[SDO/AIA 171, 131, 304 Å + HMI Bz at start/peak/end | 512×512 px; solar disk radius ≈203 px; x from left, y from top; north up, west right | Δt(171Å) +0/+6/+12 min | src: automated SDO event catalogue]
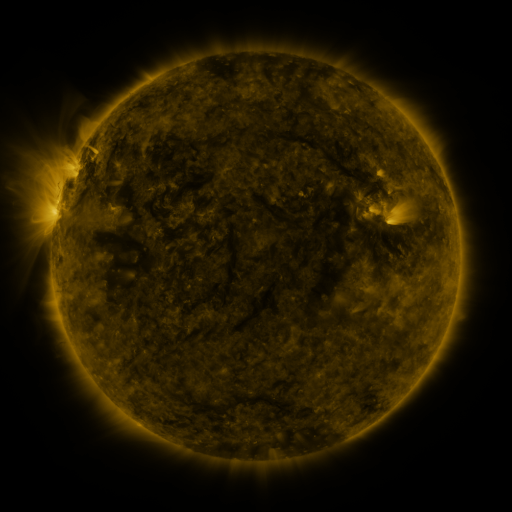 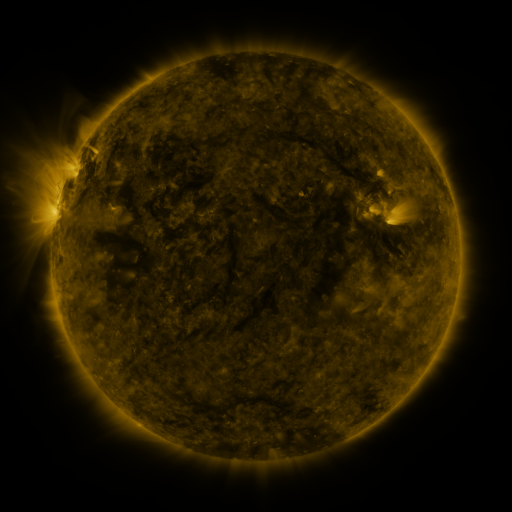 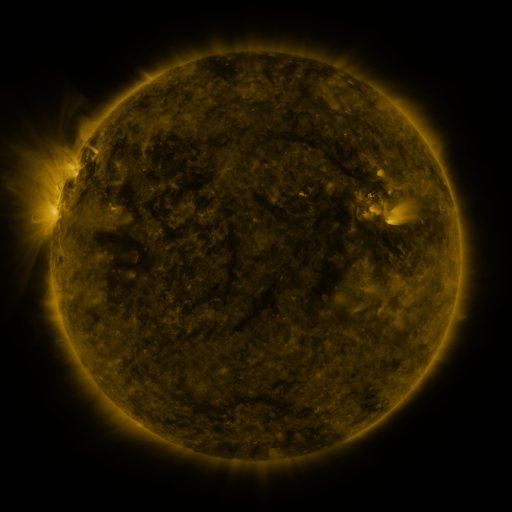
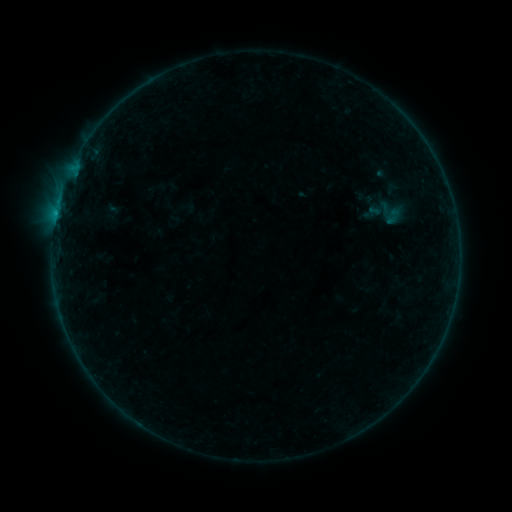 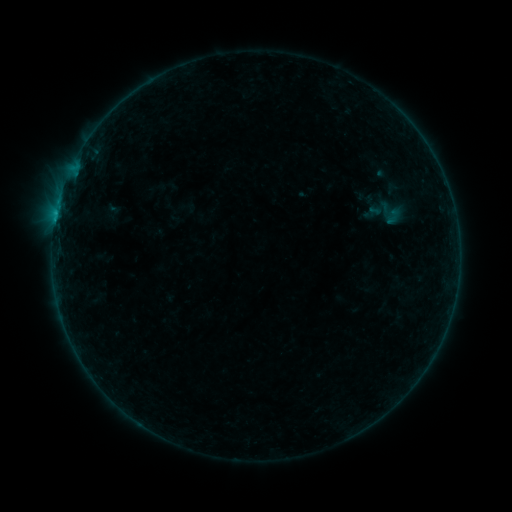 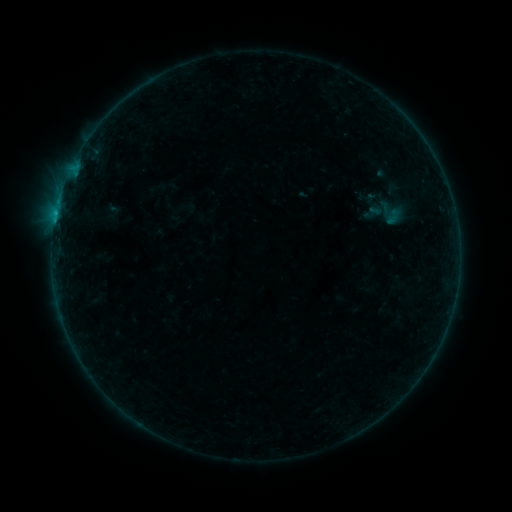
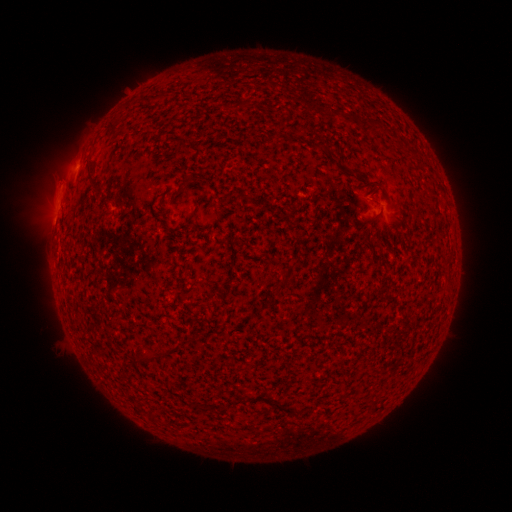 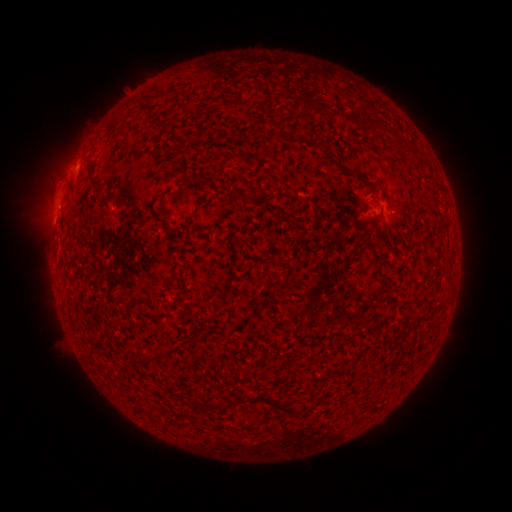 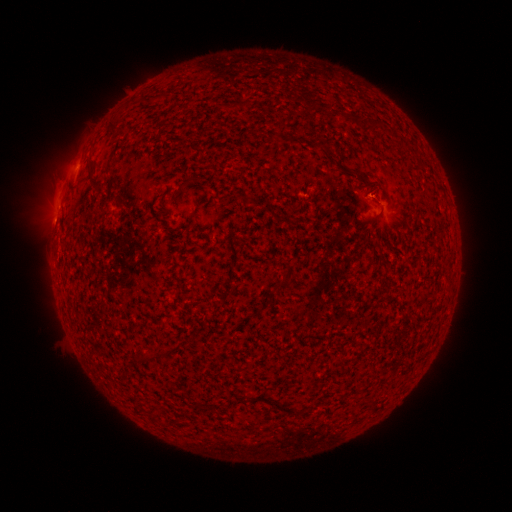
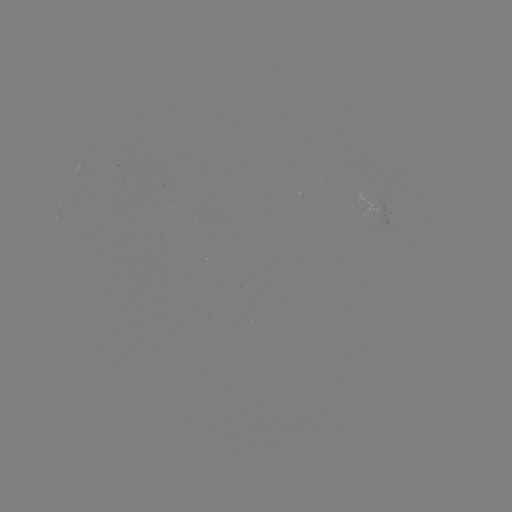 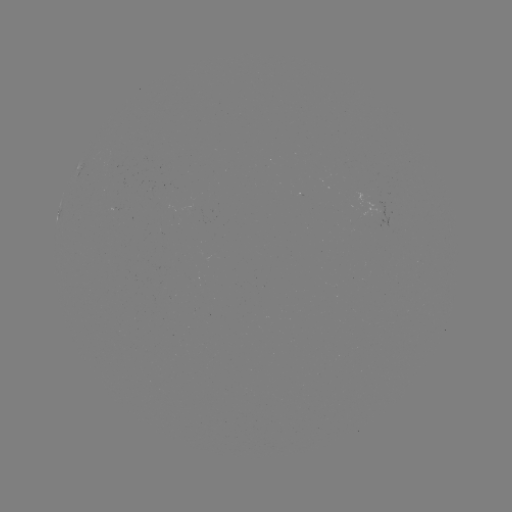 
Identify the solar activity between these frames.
B2.0 flare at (56, 220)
